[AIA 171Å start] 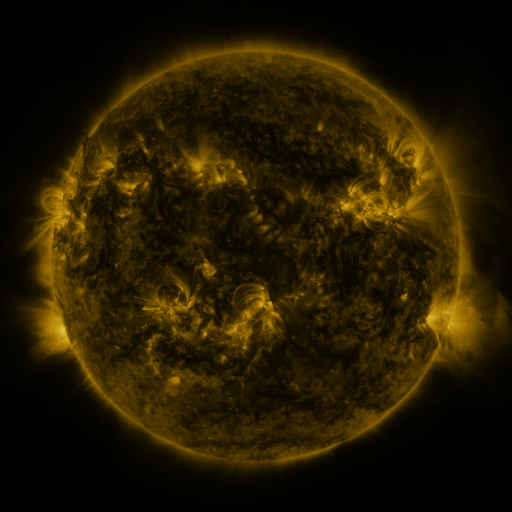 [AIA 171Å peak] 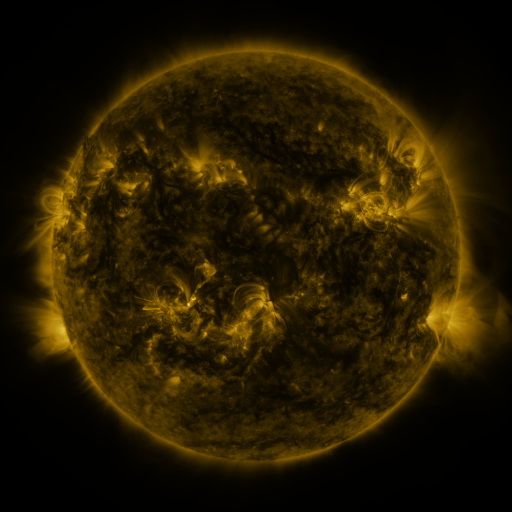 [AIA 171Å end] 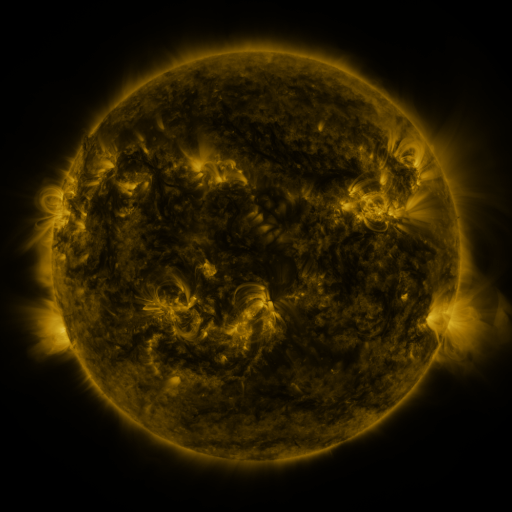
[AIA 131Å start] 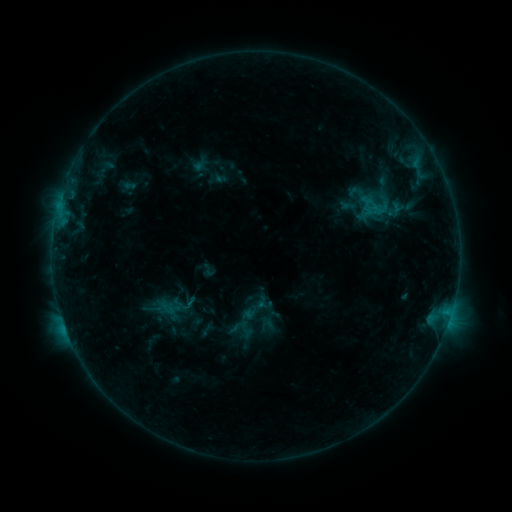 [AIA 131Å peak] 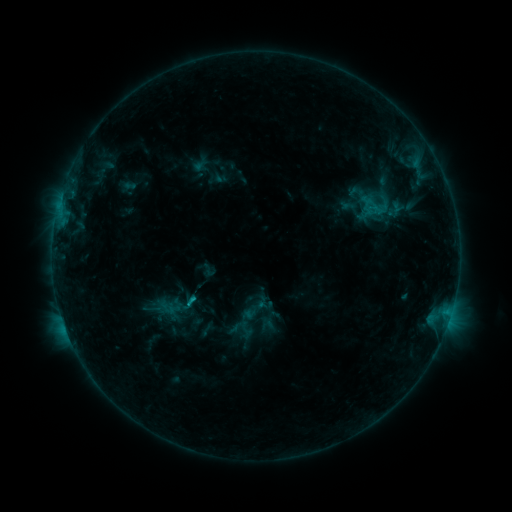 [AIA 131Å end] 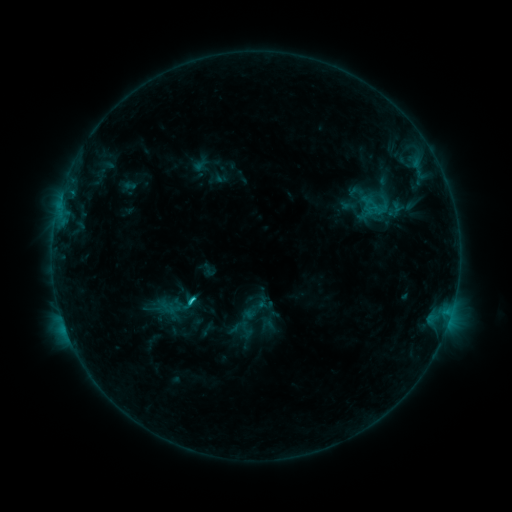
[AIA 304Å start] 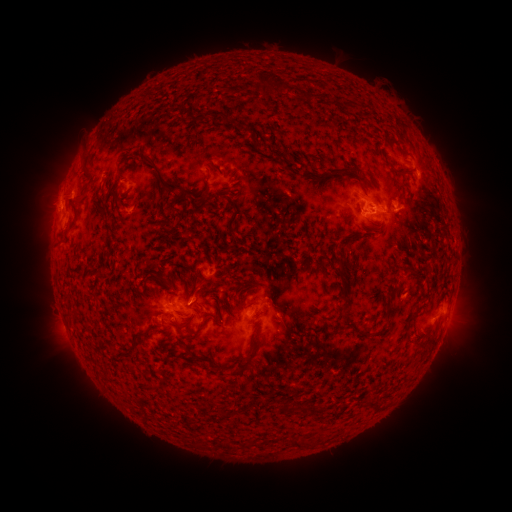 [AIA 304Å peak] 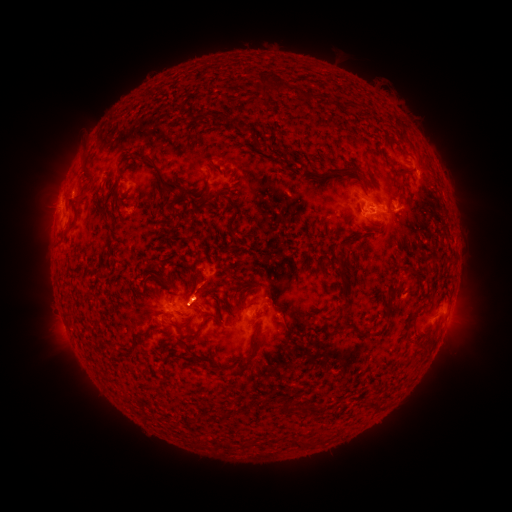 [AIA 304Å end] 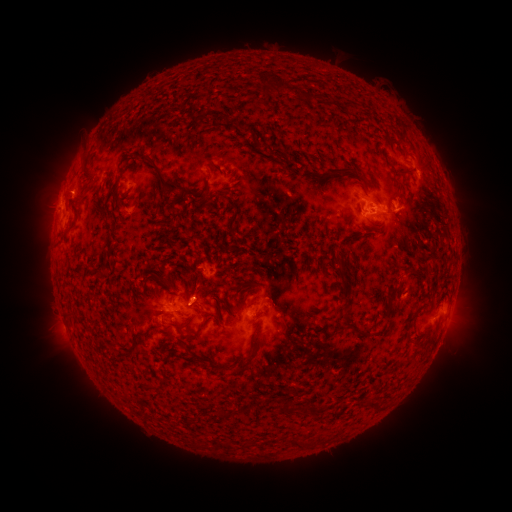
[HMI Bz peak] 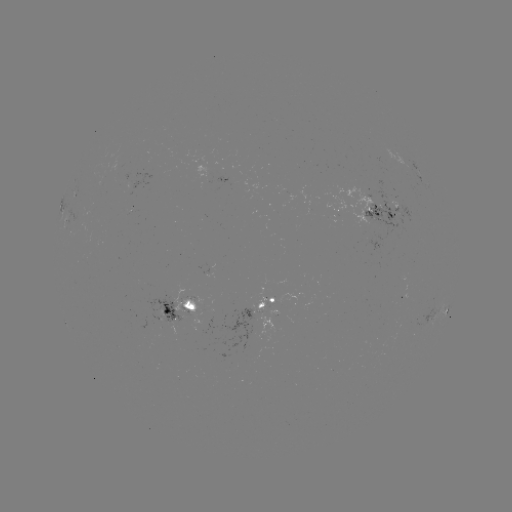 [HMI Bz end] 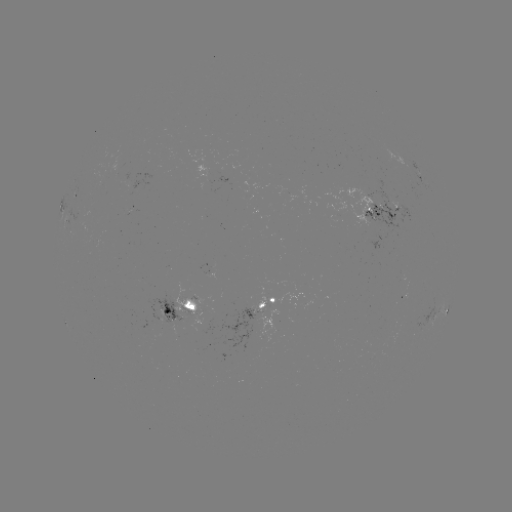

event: flare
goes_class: C1.7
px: (195, 295)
